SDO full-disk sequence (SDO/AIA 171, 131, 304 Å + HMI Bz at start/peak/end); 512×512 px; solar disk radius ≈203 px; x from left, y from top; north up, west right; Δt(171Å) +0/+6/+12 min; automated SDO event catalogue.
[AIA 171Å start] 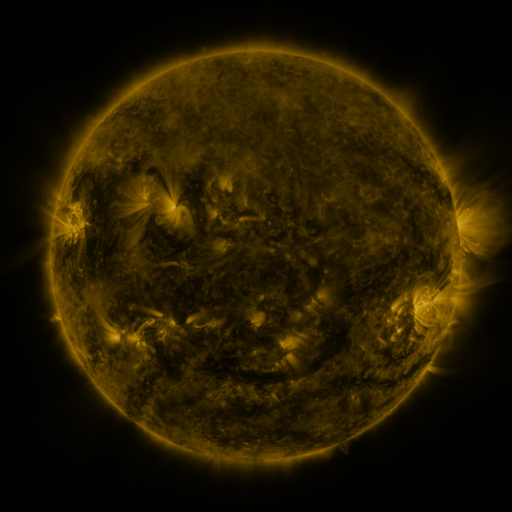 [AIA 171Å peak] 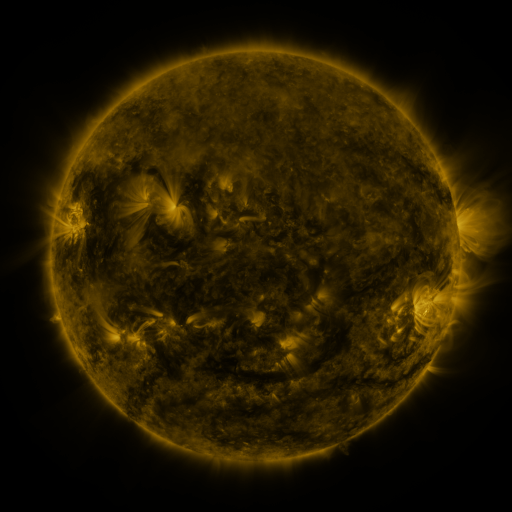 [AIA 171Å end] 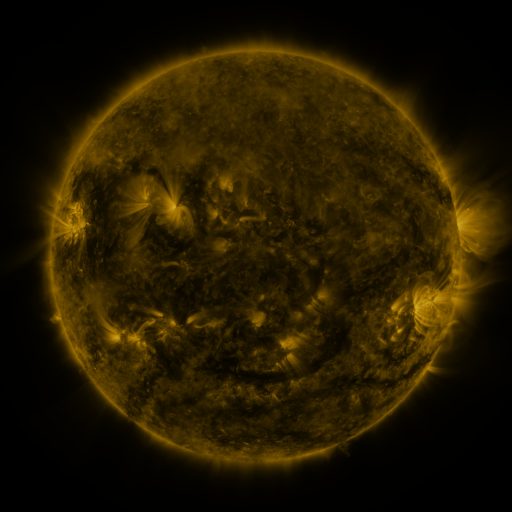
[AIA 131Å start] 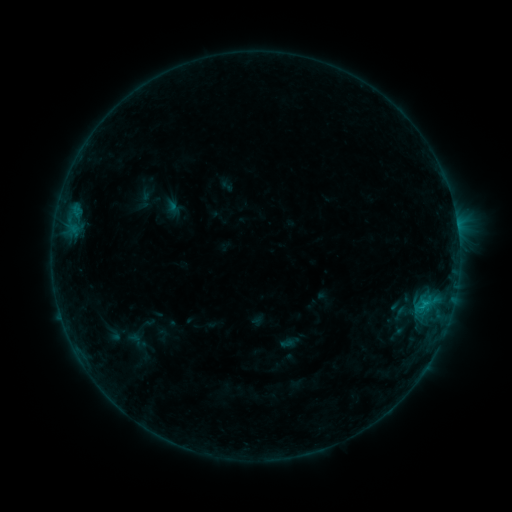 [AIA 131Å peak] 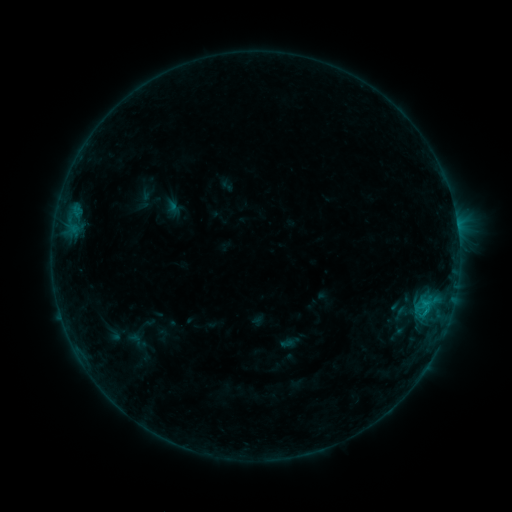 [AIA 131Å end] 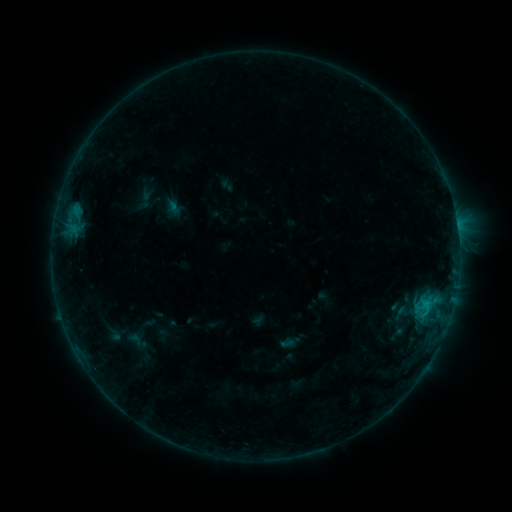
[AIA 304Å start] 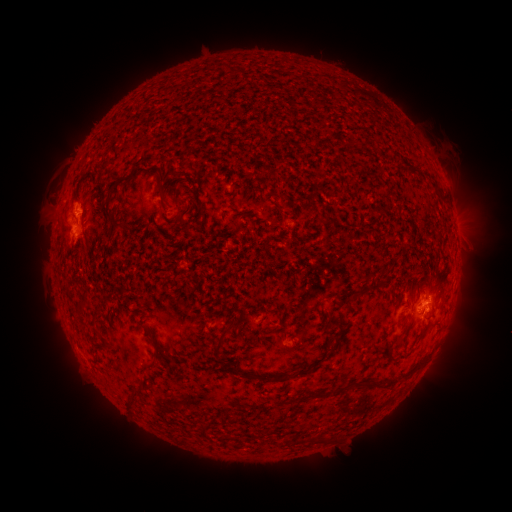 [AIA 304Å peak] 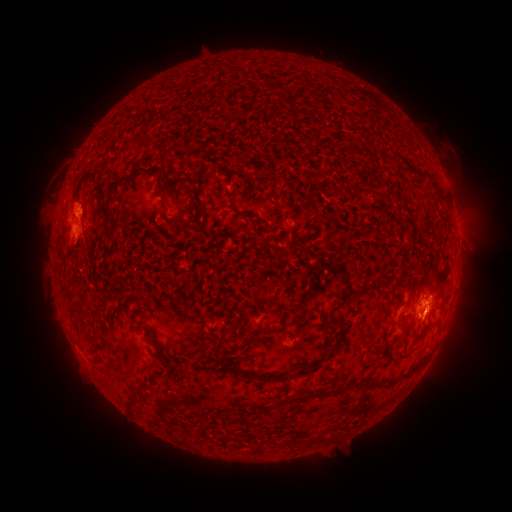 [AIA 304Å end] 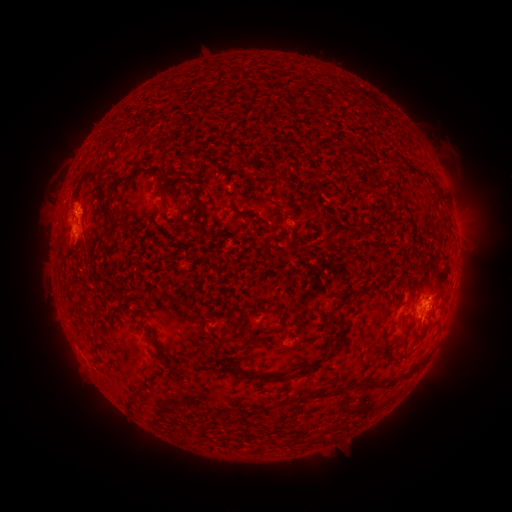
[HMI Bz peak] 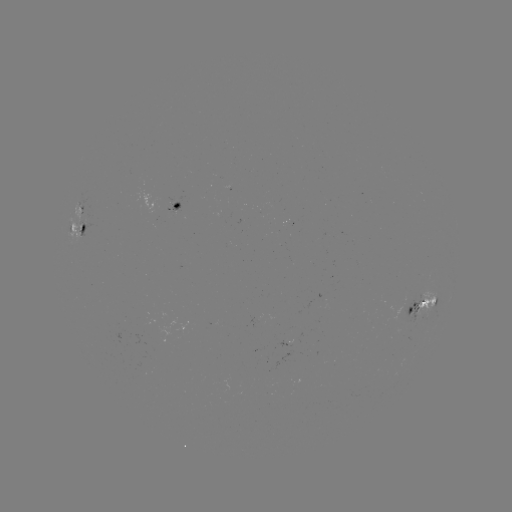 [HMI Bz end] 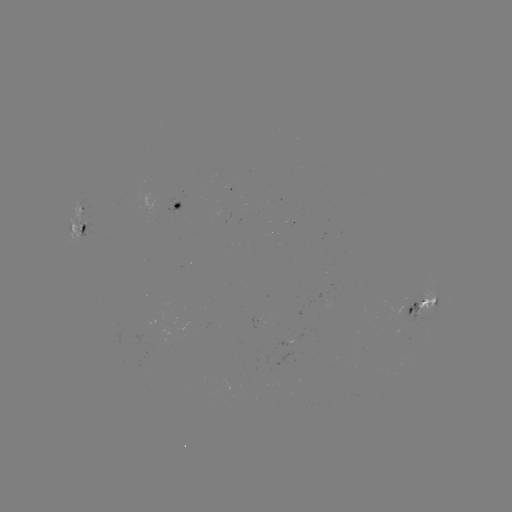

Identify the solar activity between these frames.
B7.0 flare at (423, 314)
